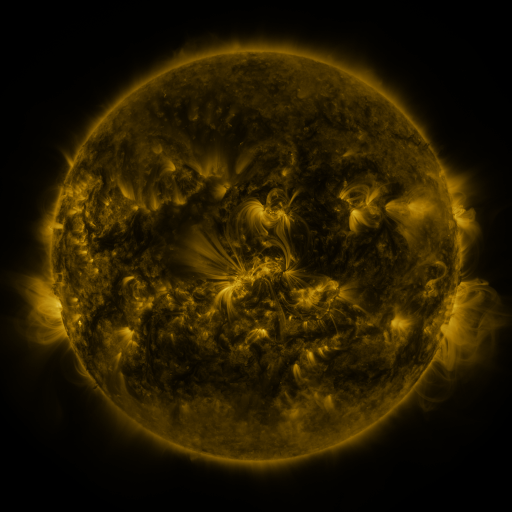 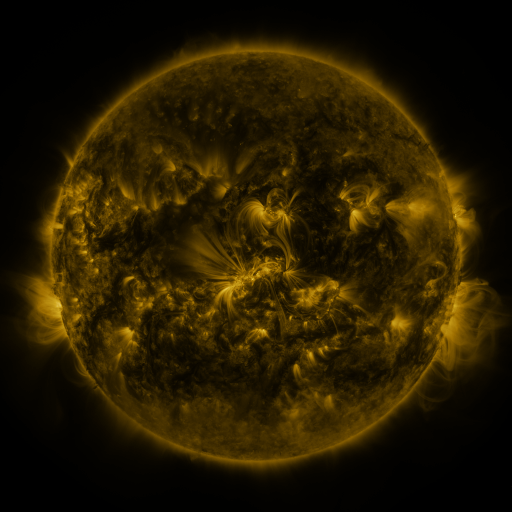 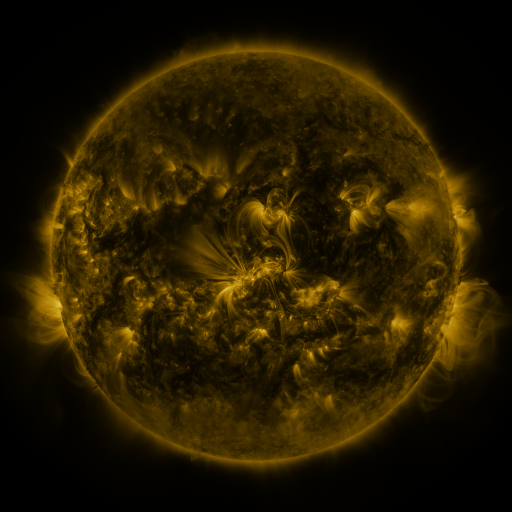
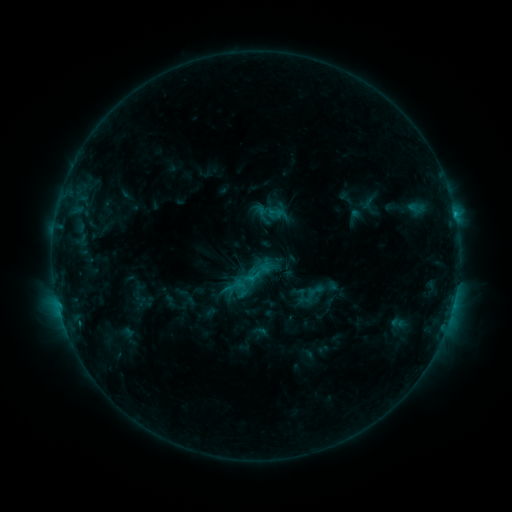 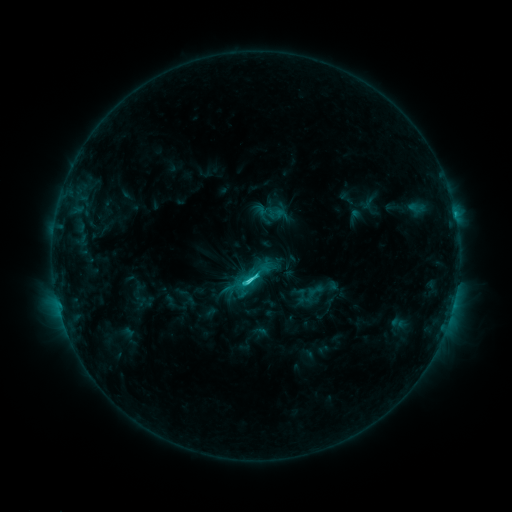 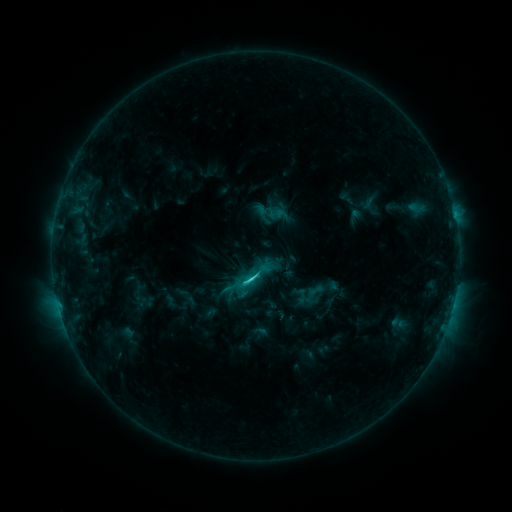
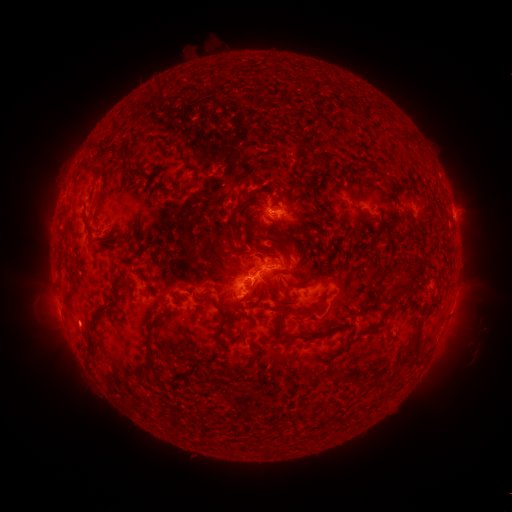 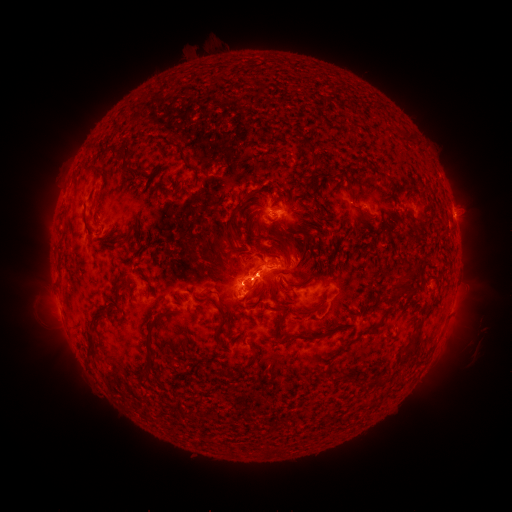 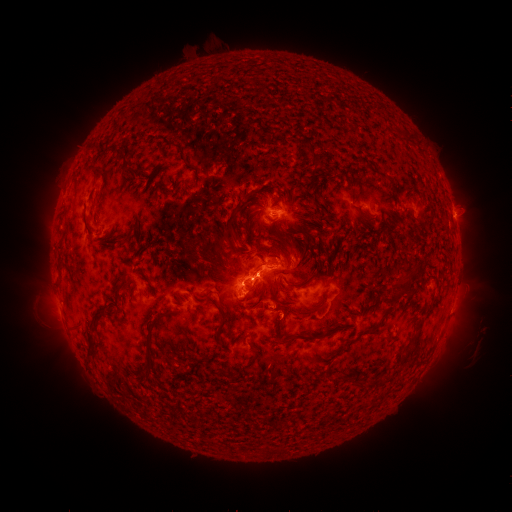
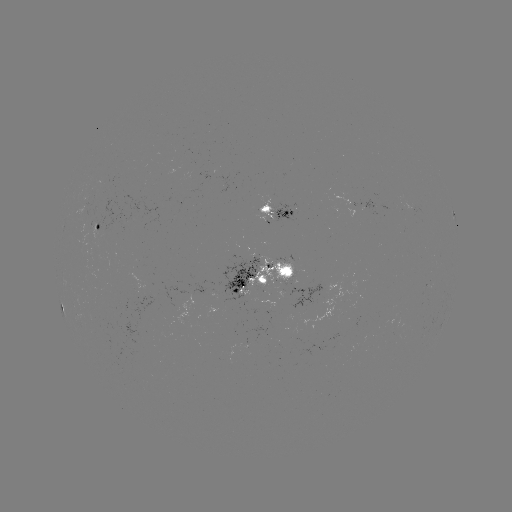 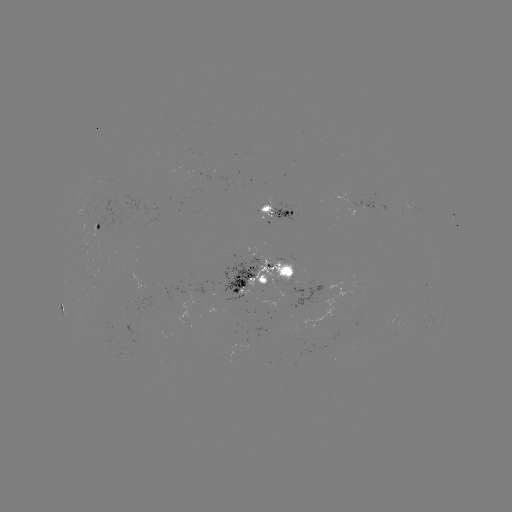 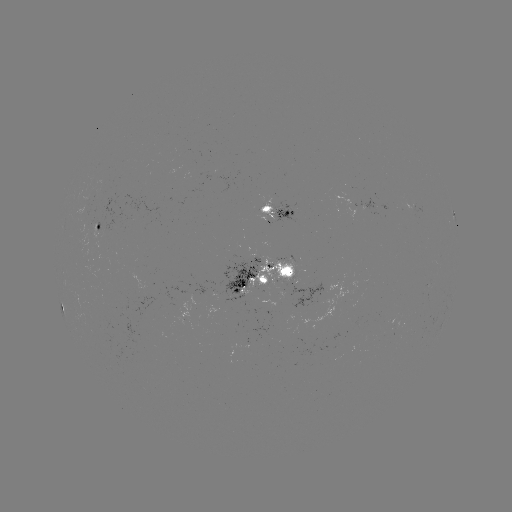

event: flare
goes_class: C3.1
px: (252, 278)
